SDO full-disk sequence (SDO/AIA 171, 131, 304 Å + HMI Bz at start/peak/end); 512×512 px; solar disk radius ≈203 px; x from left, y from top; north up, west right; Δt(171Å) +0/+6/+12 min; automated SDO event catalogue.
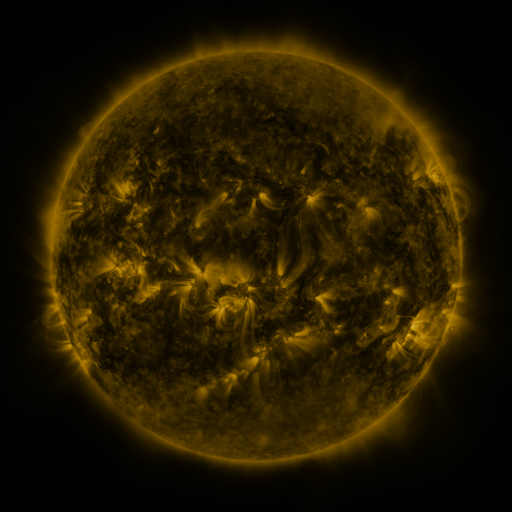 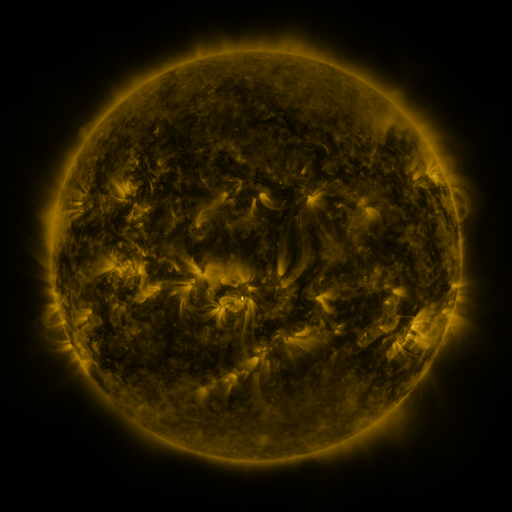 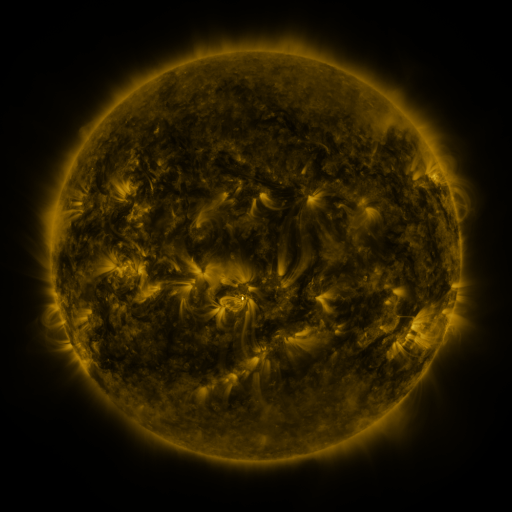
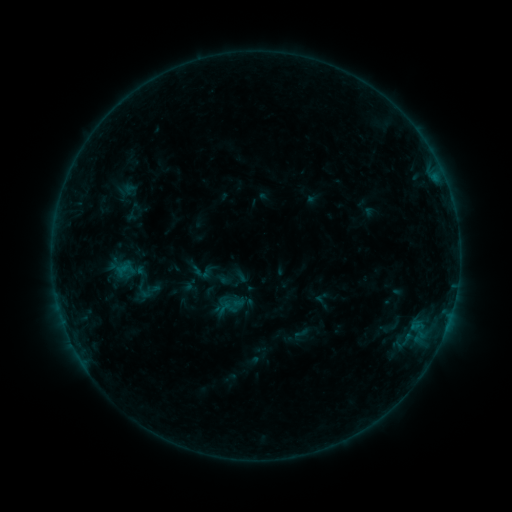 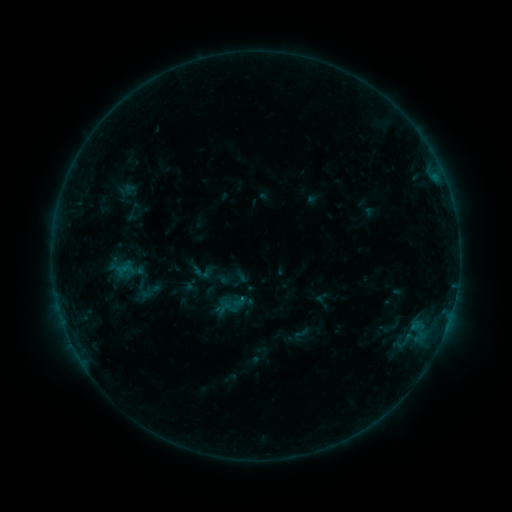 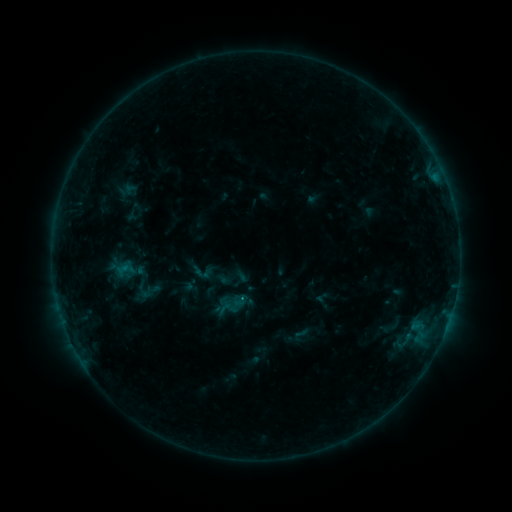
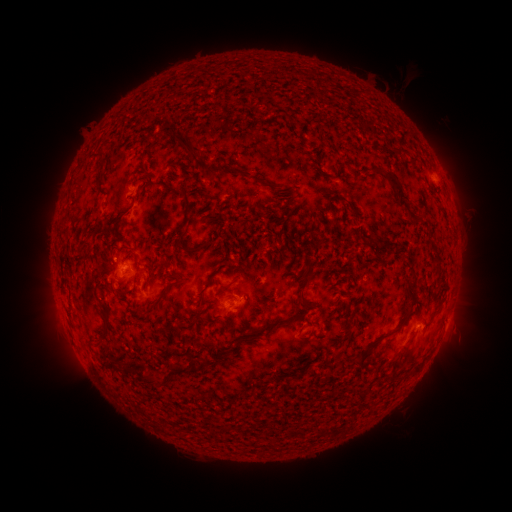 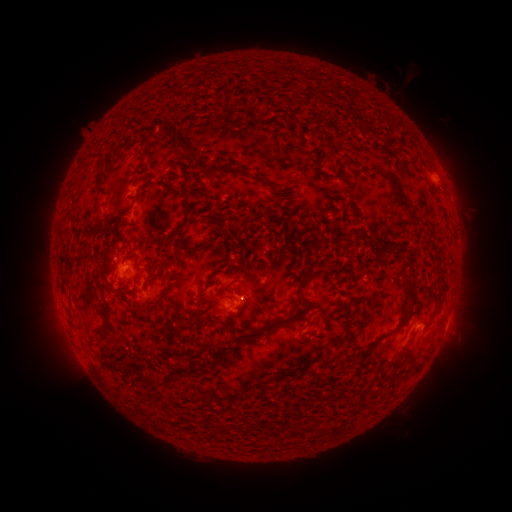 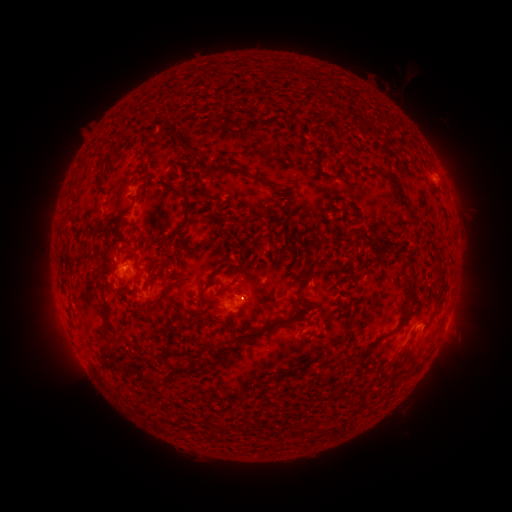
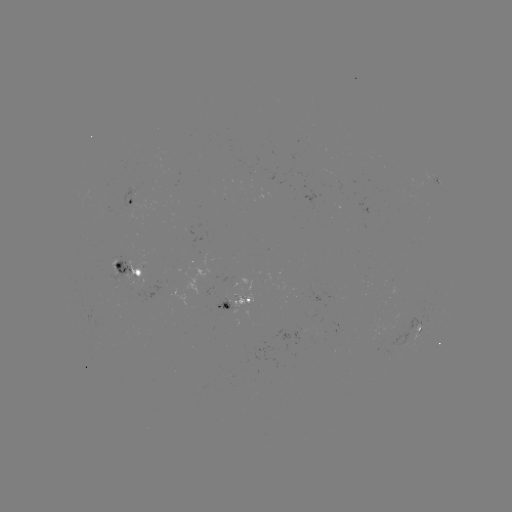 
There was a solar flare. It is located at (245, 297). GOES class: B6.4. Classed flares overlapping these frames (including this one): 1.